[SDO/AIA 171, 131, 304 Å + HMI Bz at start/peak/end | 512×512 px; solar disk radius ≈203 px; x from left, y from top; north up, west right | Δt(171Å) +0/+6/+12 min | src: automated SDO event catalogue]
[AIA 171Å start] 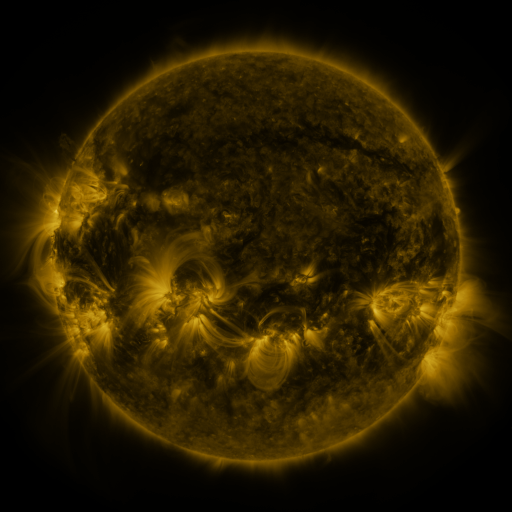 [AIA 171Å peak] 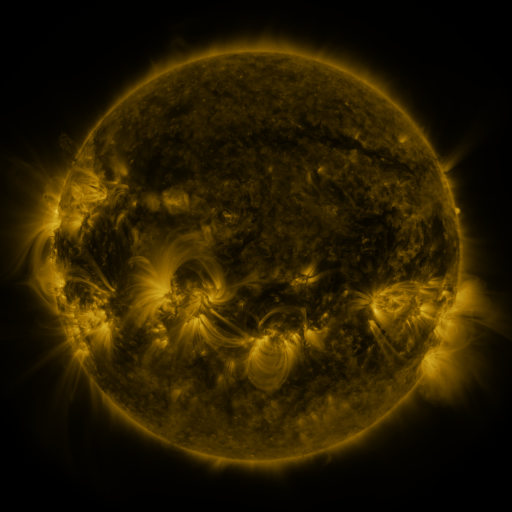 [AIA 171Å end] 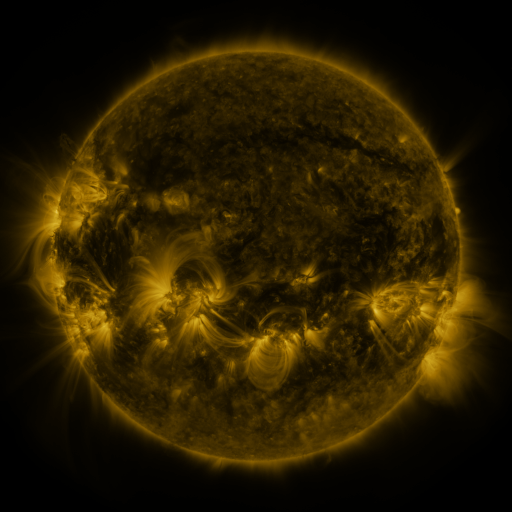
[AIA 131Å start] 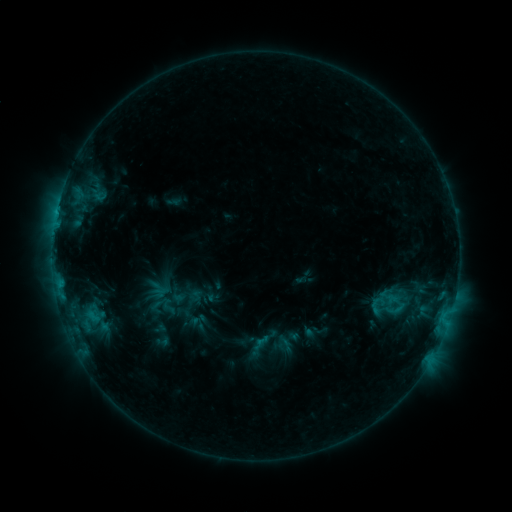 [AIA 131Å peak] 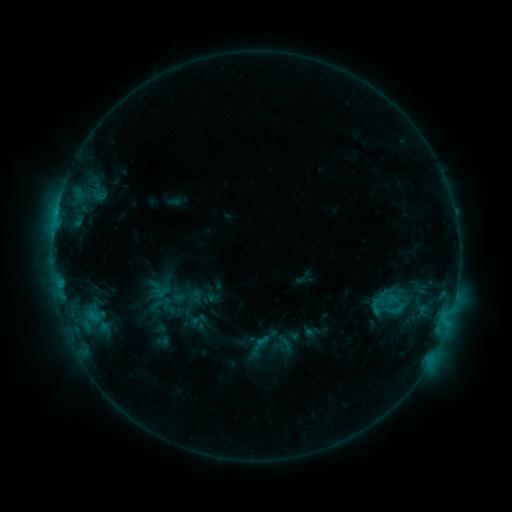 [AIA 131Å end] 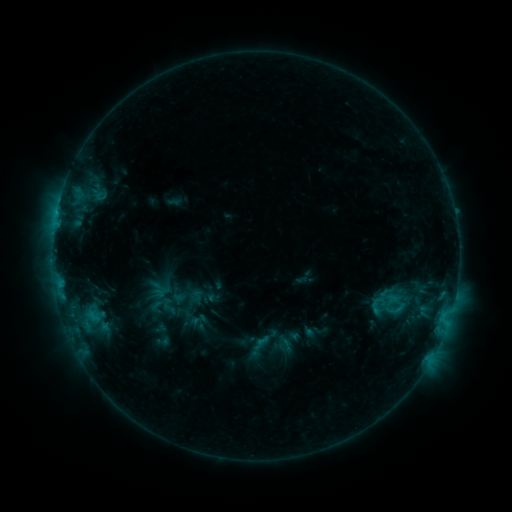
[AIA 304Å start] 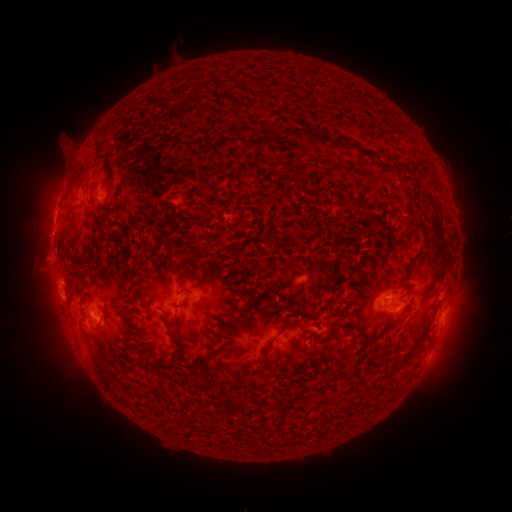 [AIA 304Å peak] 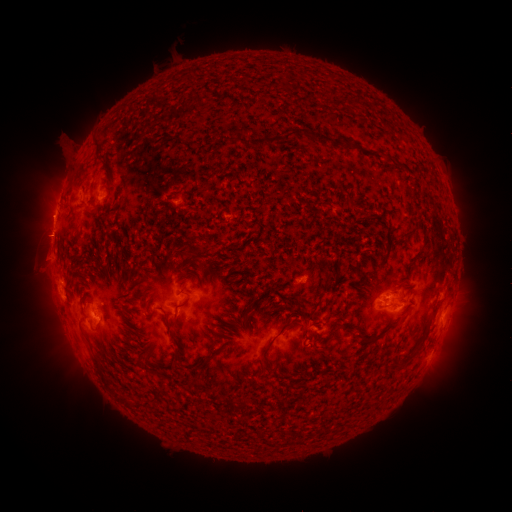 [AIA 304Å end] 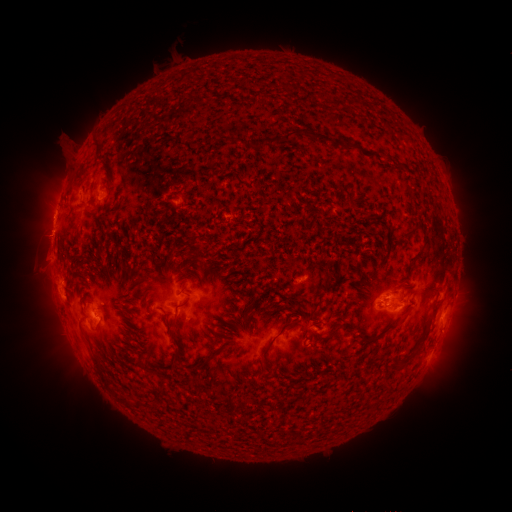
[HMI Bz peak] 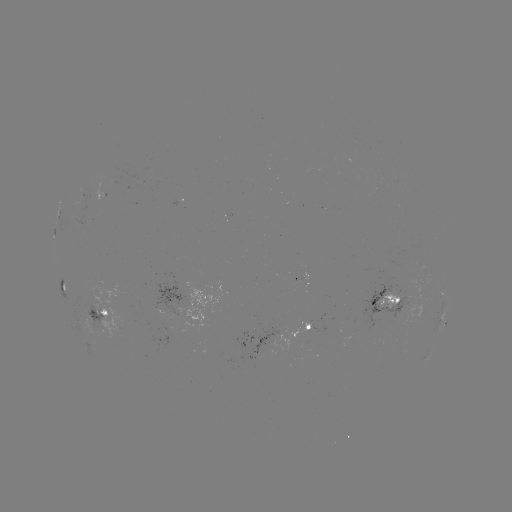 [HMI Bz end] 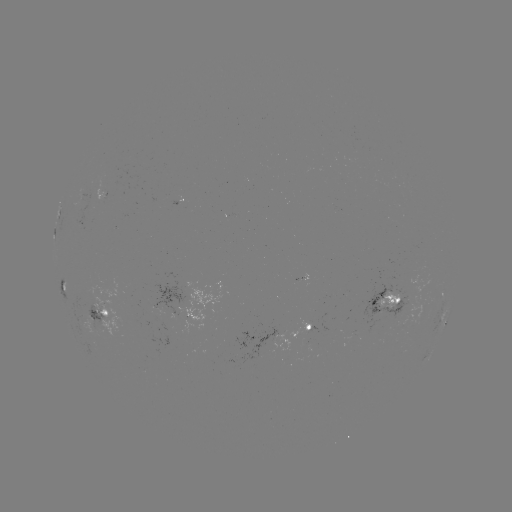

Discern eruption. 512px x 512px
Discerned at (48, 213).